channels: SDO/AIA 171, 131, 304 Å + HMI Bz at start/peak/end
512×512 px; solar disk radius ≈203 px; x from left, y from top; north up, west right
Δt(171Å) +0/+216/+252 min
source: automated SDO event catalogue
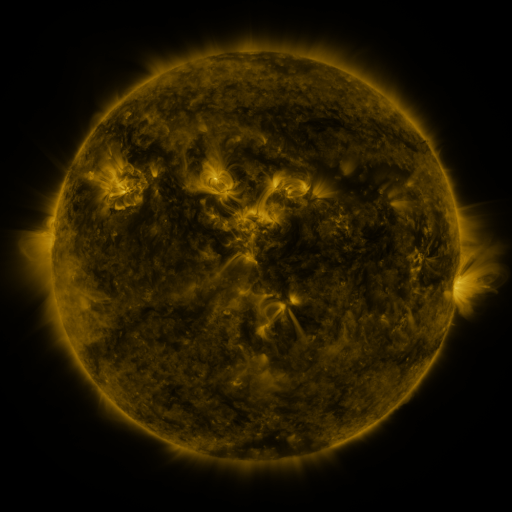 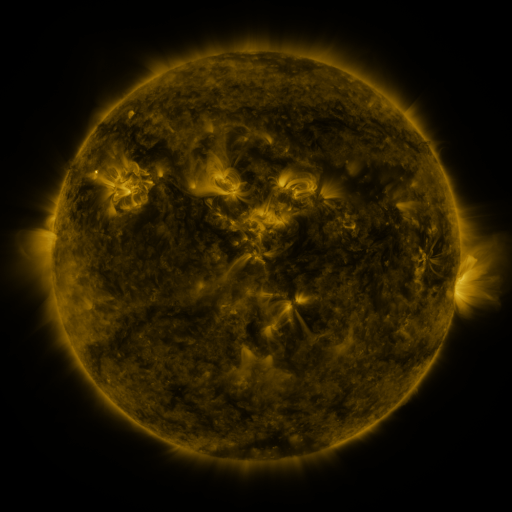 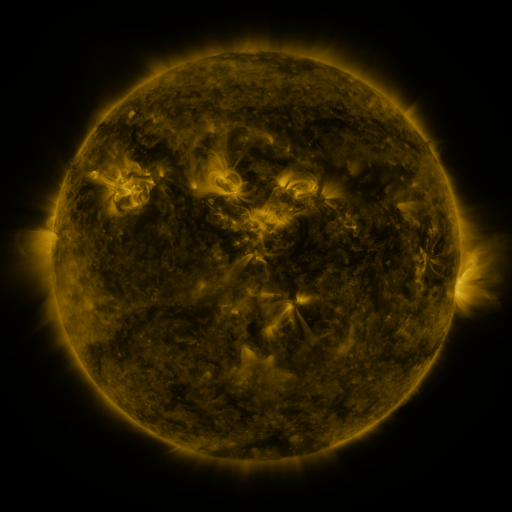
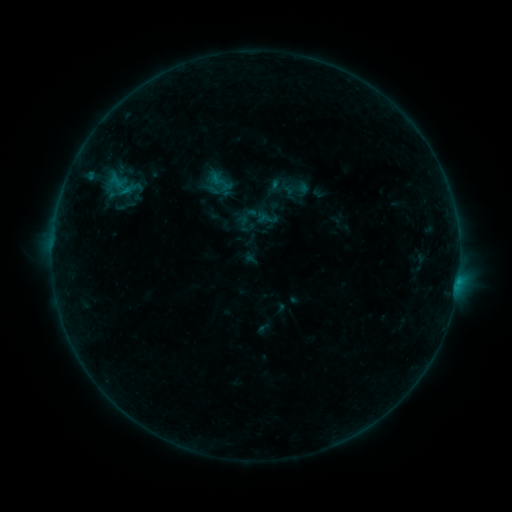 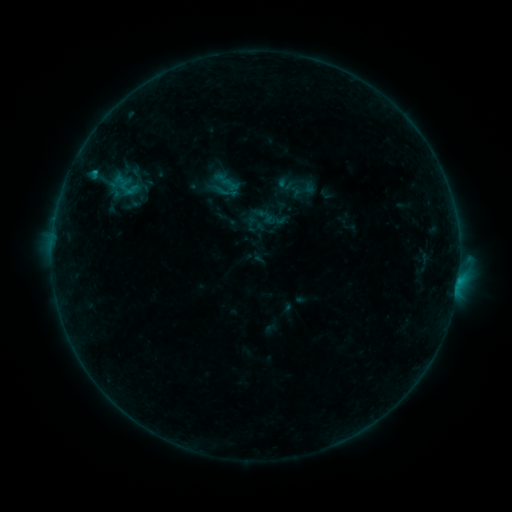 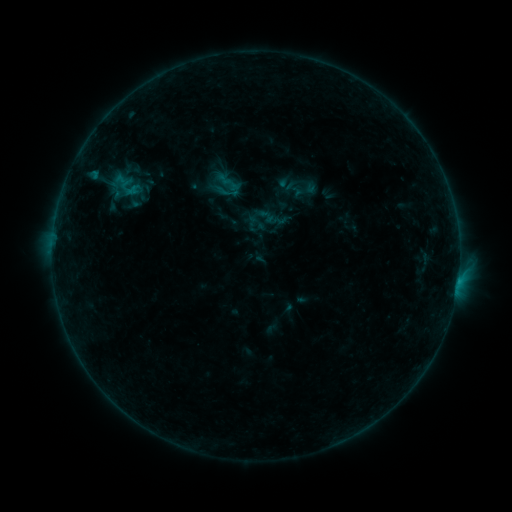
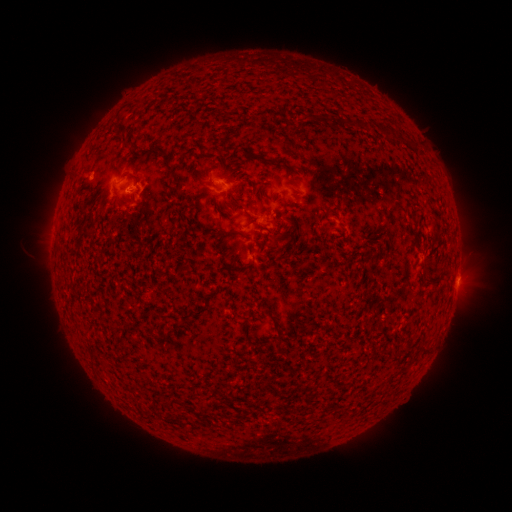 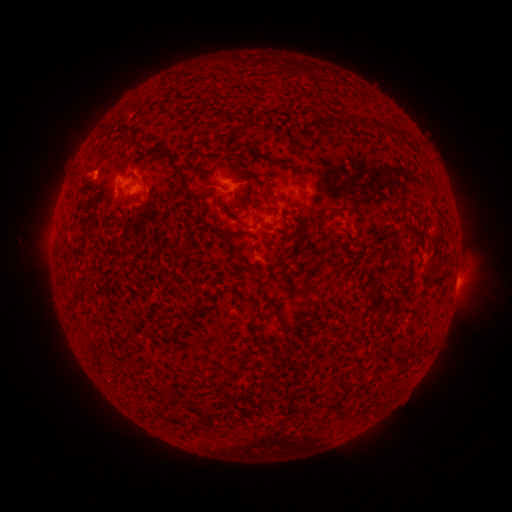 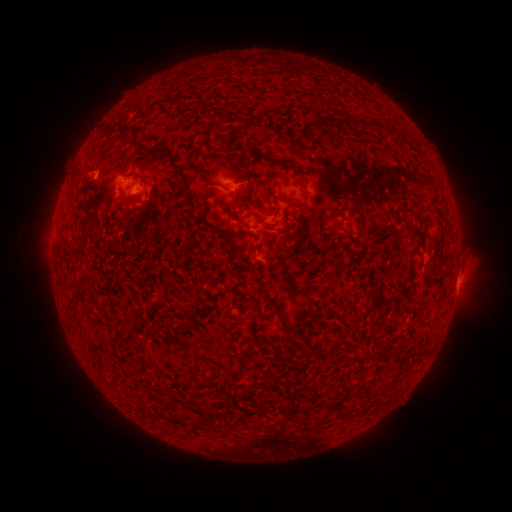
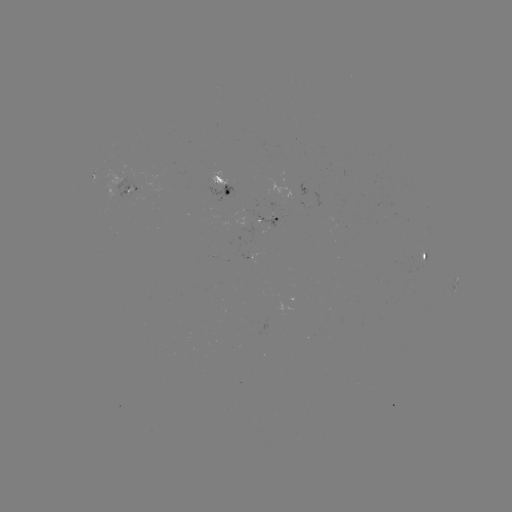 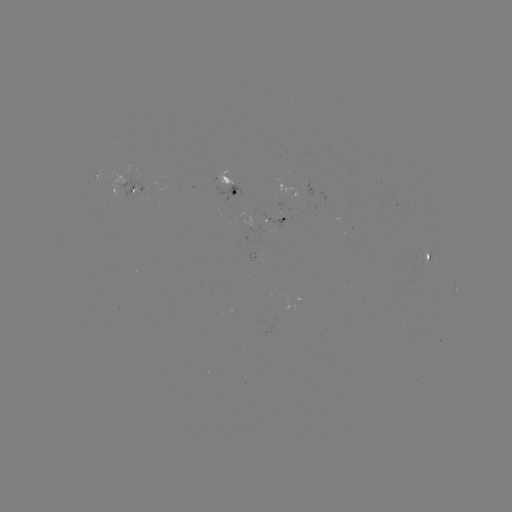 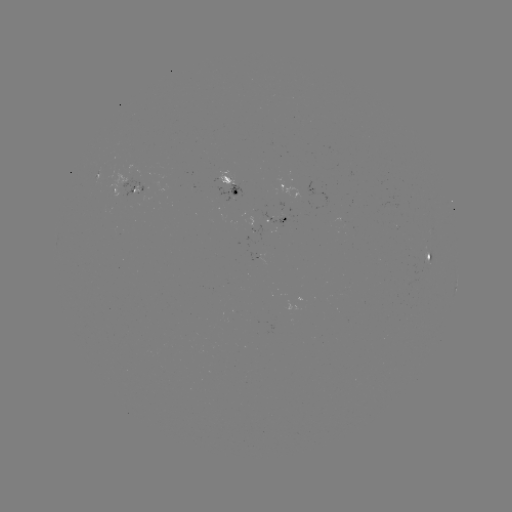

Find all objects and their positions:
emerging-flux region: (426, 263)
